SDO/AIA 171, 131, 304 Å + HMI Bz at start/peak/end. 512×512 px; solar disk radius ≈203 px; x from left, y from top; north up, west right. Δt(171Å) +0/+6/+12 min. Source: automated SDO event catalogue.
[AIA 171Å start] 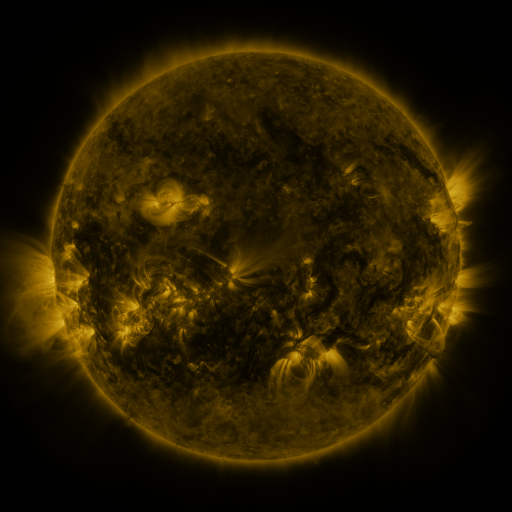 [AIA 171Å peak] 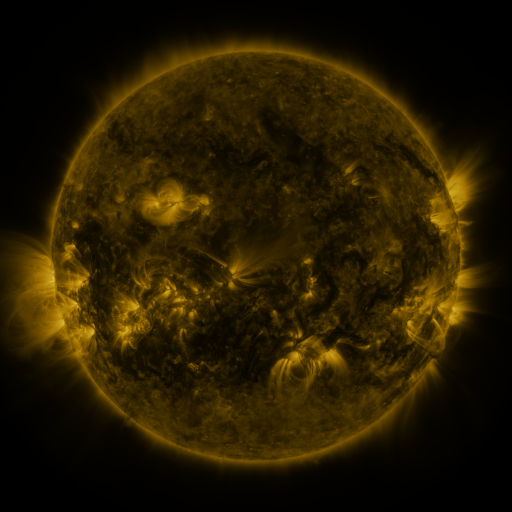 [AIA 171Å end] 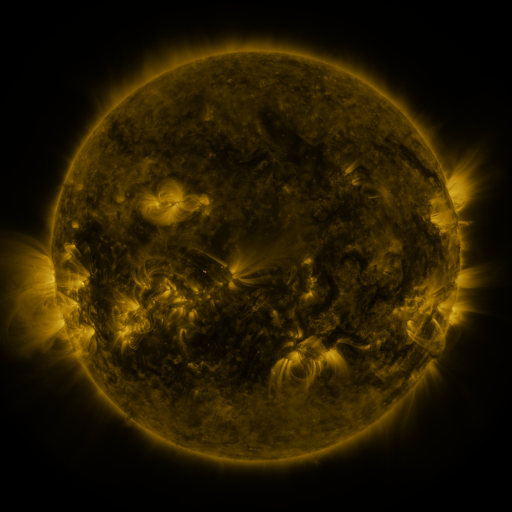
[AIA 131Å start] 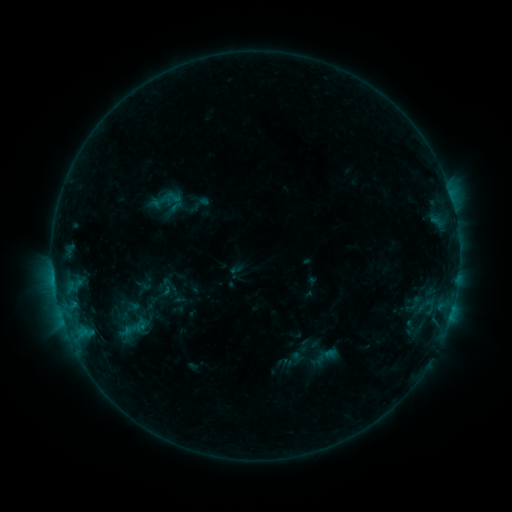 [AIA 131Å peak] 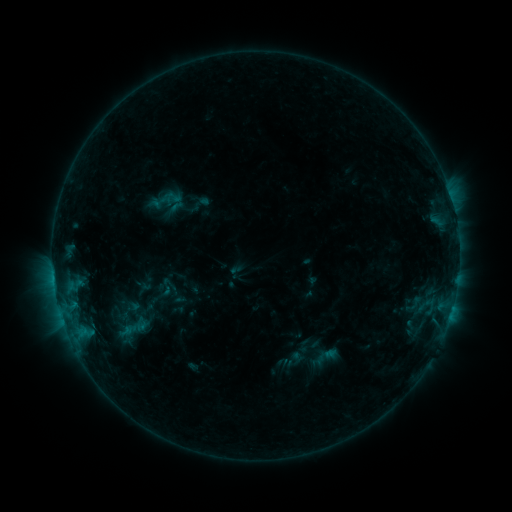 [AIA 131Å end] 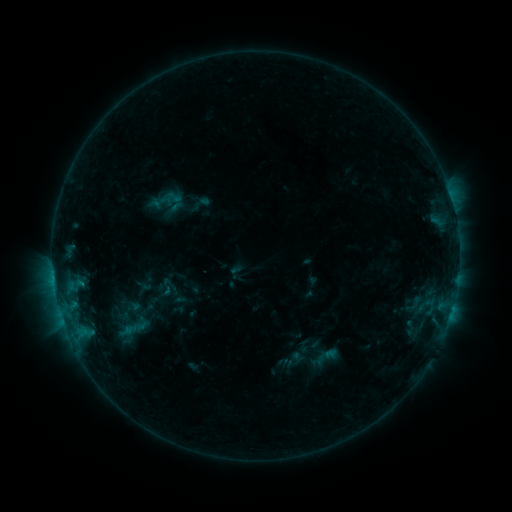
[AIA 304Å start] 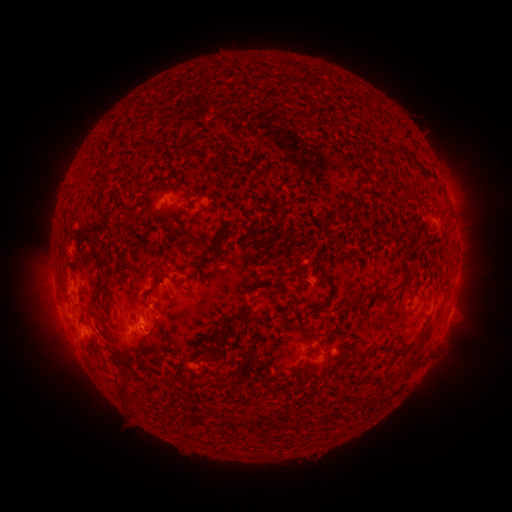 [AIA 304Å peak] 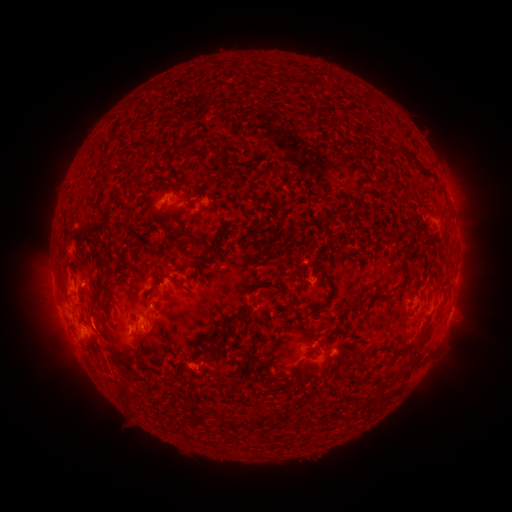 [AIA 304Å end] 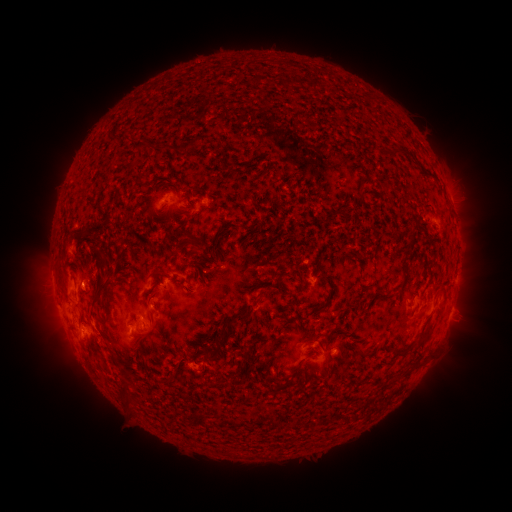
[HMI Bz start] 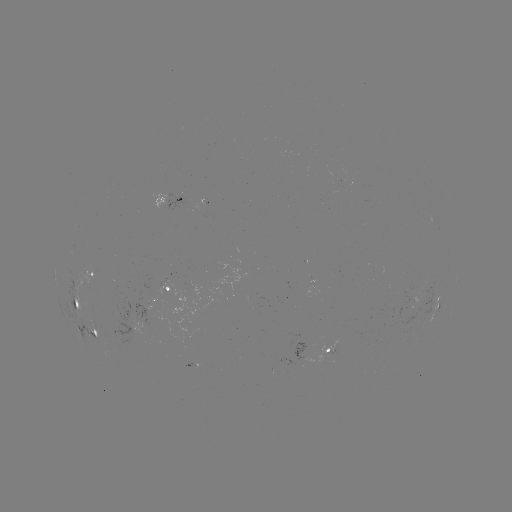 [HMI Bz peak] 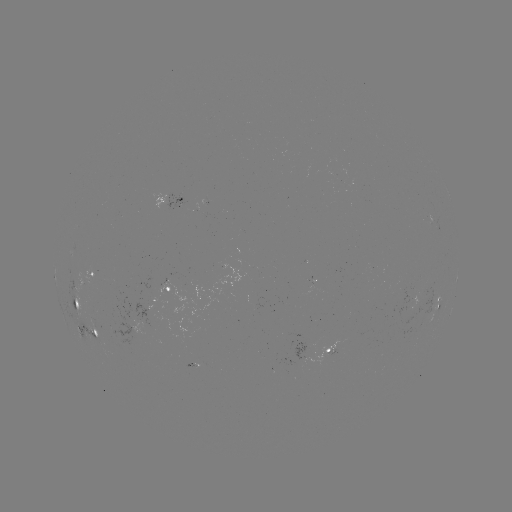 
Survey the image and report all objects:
eruption: (148, 326)
